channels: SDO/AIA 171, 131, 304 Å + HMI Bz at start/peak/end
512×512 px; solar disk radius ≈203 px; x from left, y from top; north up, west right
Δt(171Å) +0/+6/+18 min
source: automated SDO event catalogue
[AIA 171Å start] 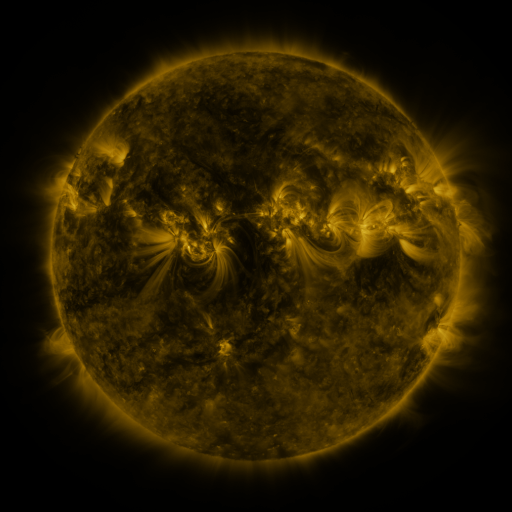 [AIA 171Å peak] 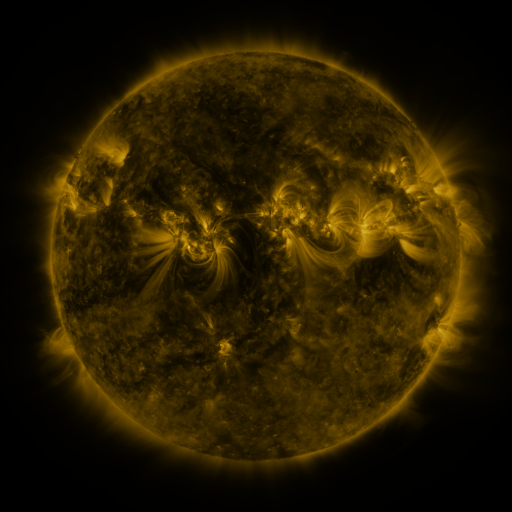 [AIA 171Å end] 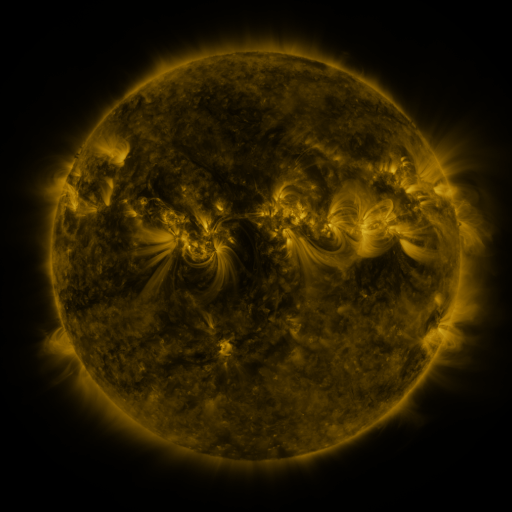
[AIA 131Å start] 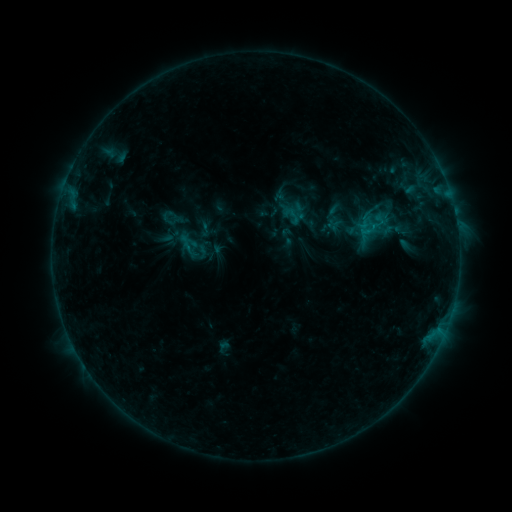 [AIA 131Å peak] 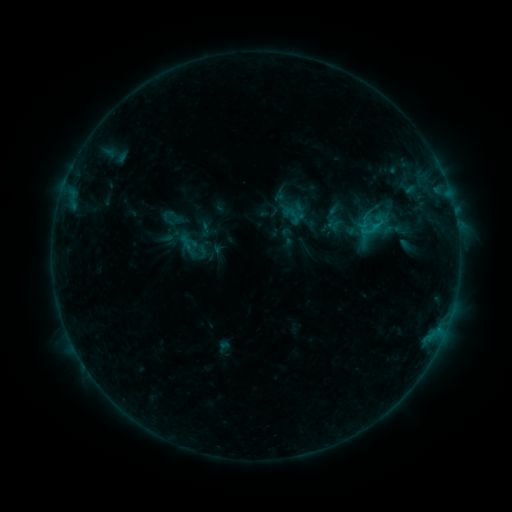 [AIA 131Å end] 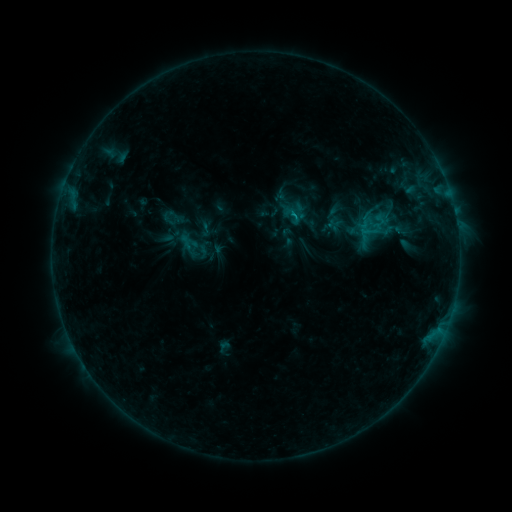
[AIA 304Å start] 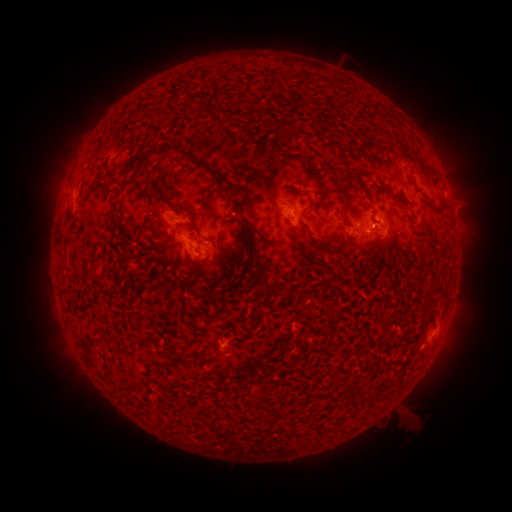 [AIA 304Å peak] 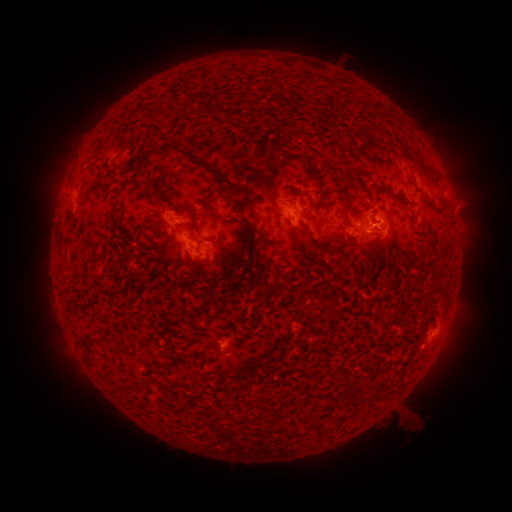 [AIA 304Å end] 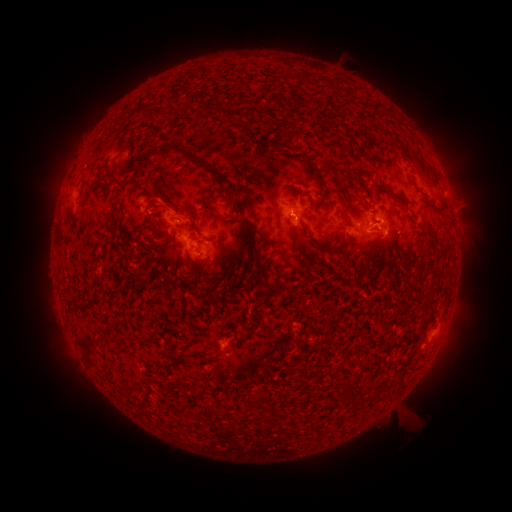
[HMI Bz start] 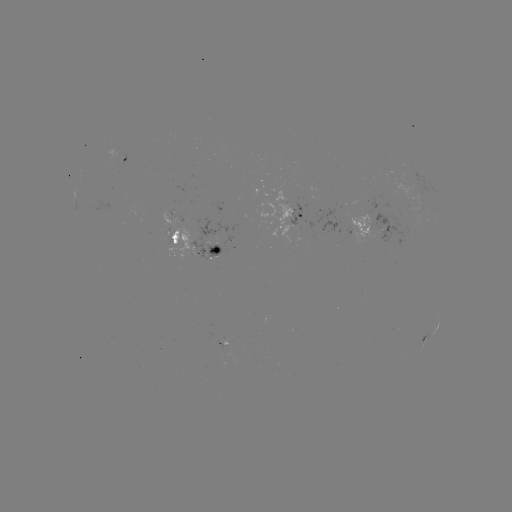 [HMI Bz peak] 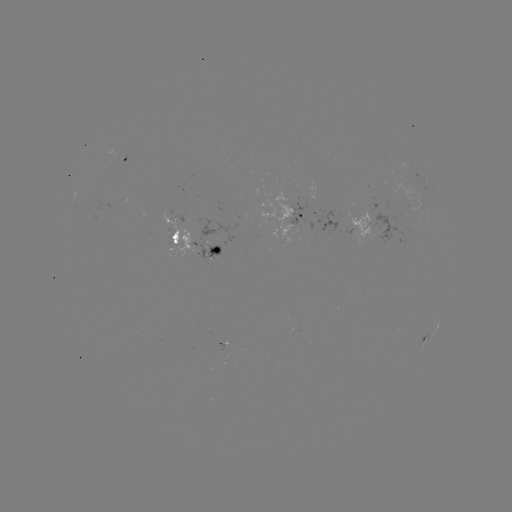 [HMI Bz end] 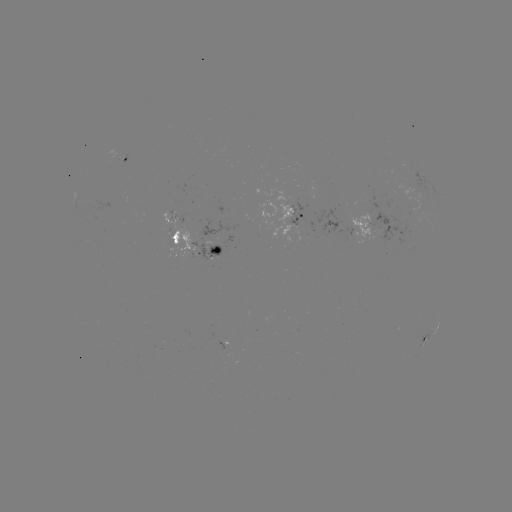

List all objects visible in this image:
B6.9 flare: (373, 227)
